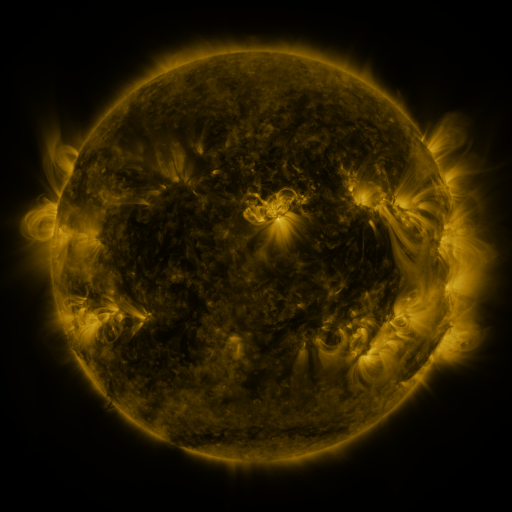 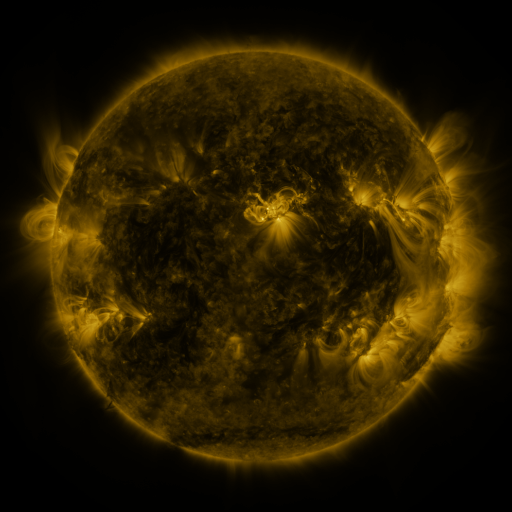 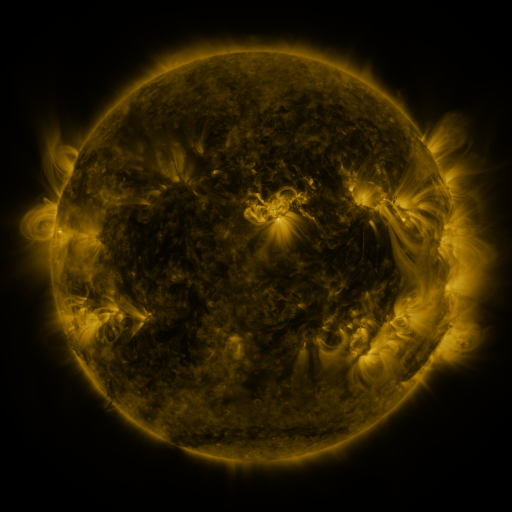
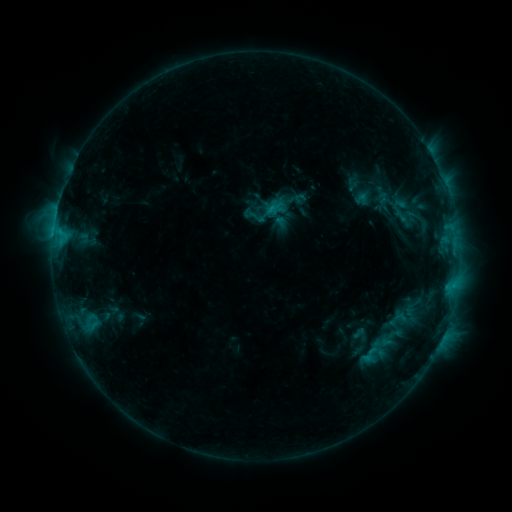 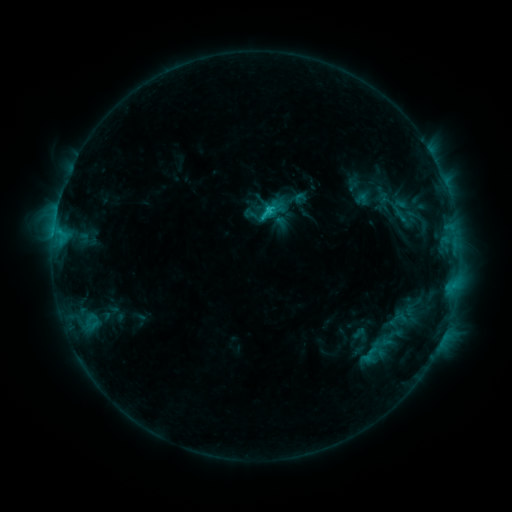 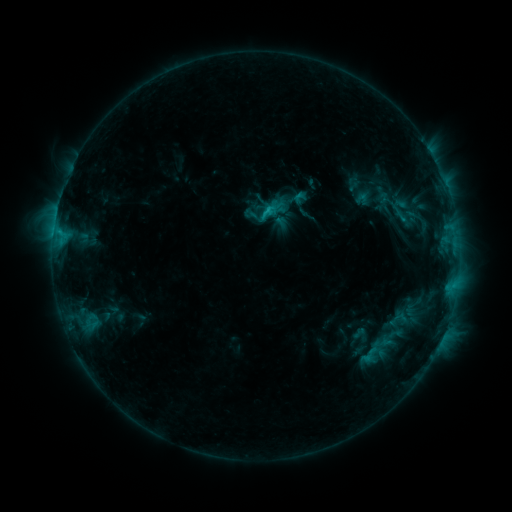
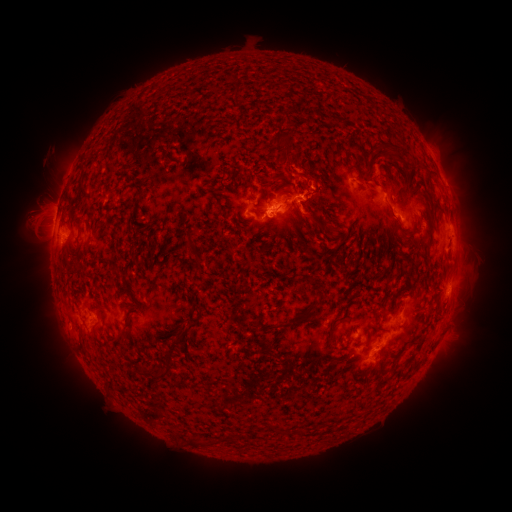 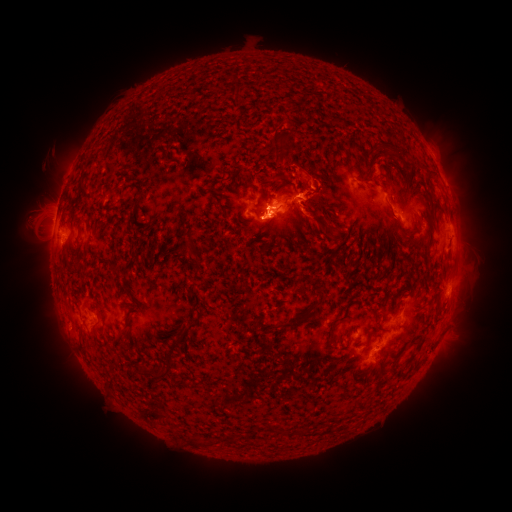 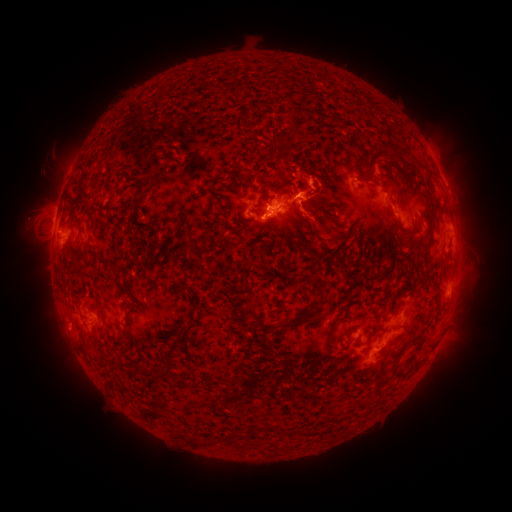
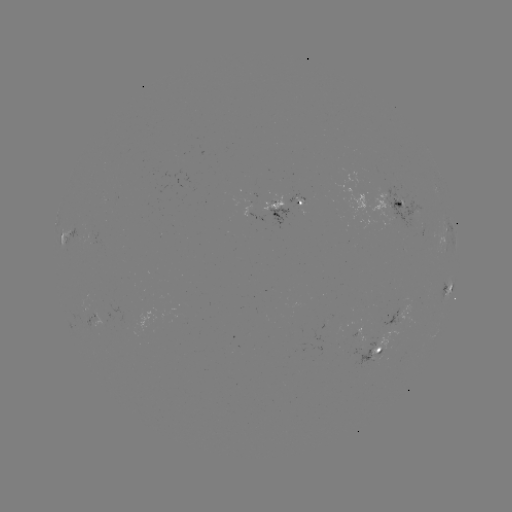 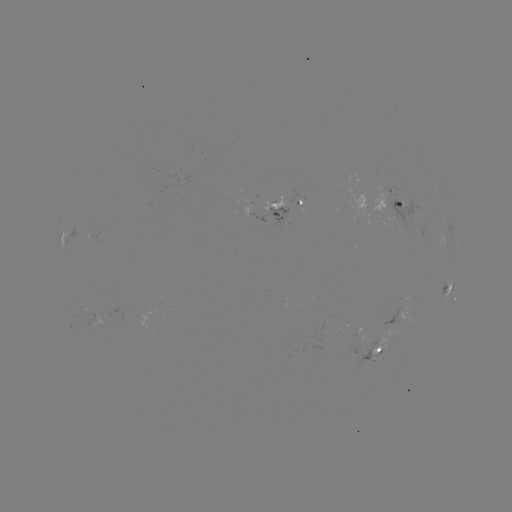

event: eruption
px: (271, 225)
